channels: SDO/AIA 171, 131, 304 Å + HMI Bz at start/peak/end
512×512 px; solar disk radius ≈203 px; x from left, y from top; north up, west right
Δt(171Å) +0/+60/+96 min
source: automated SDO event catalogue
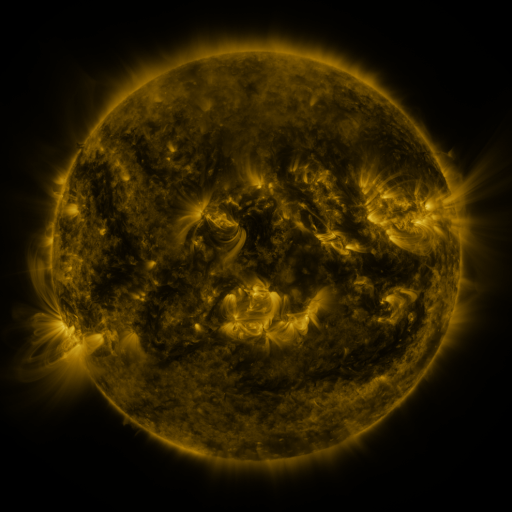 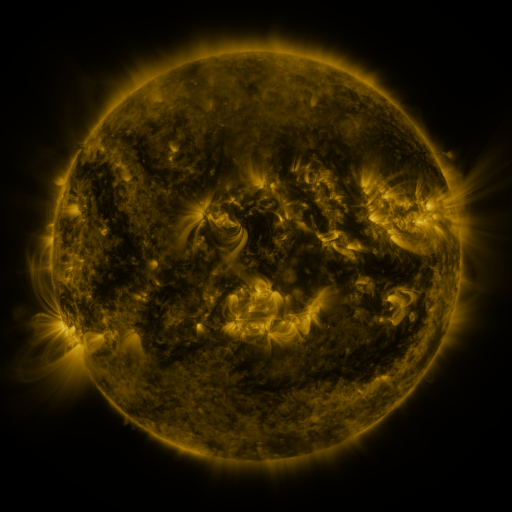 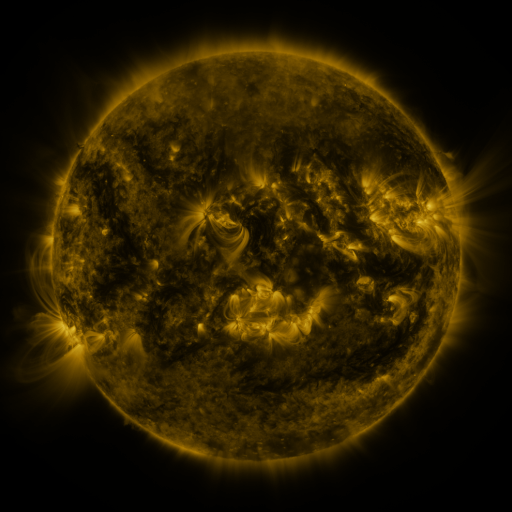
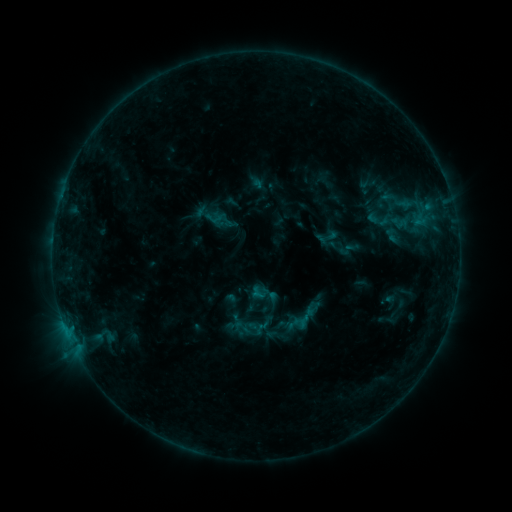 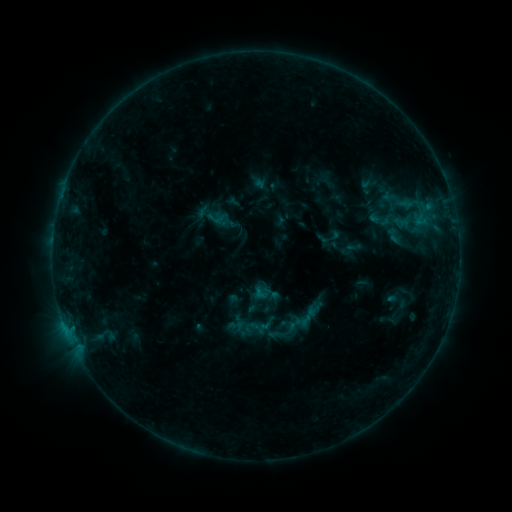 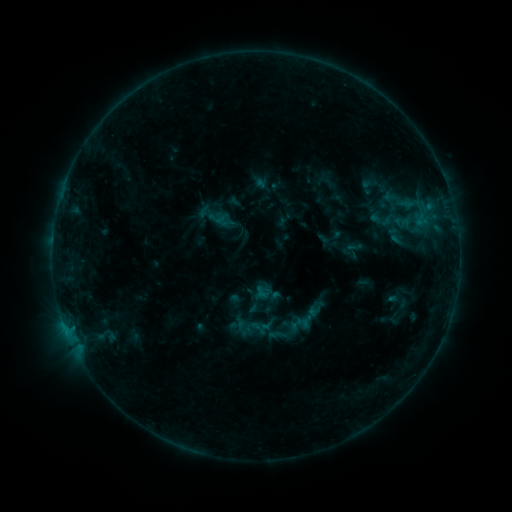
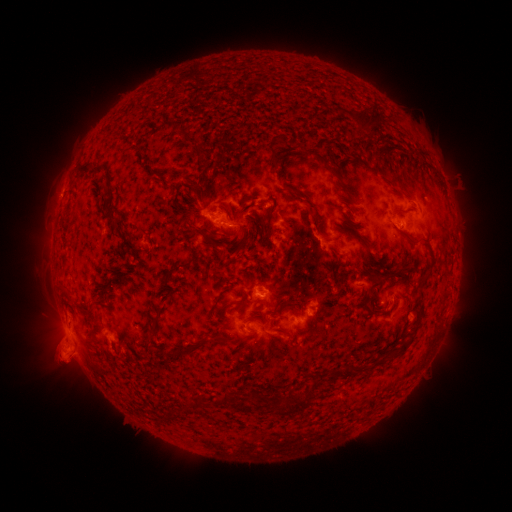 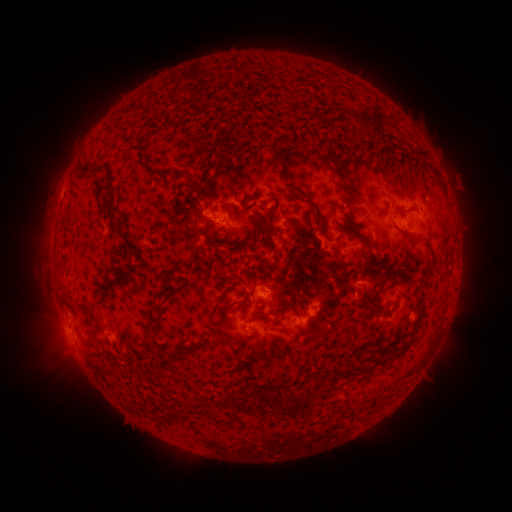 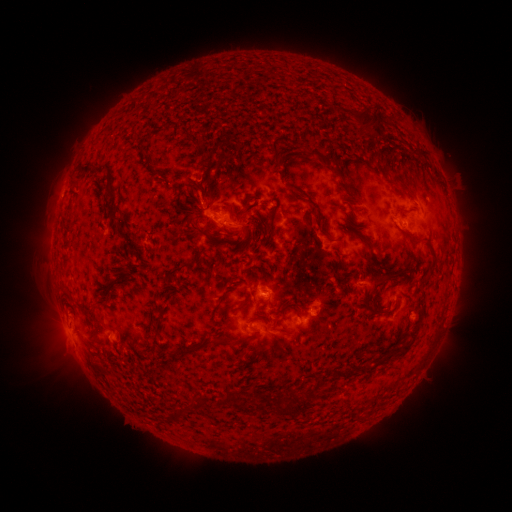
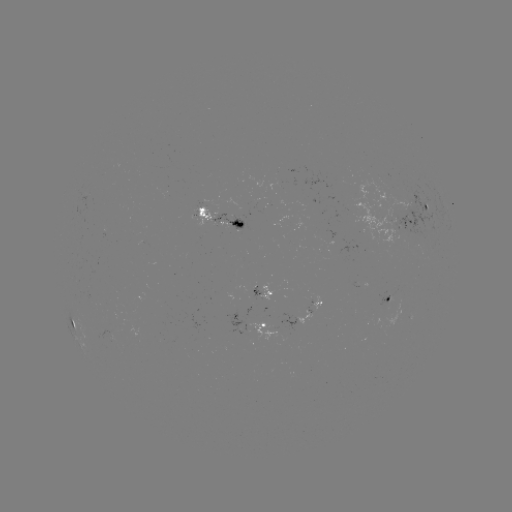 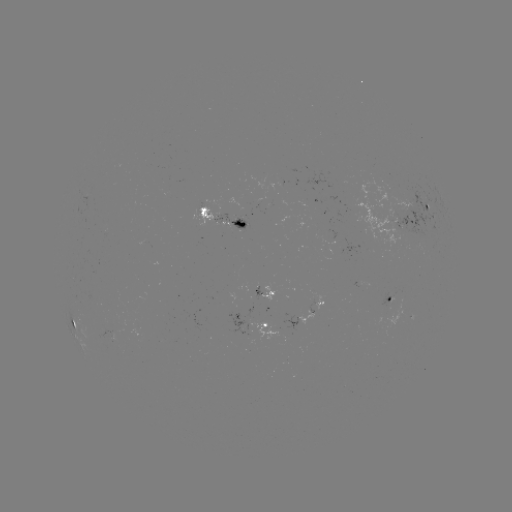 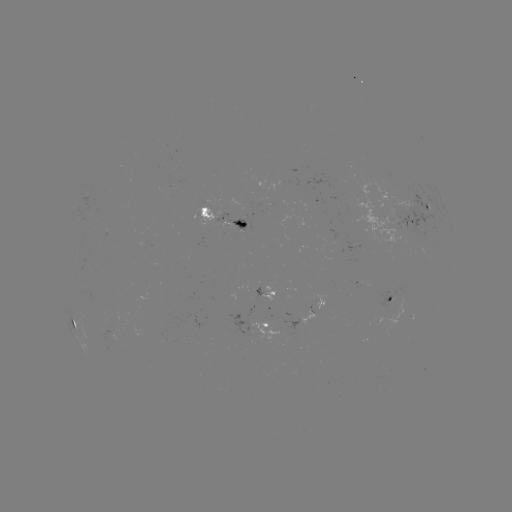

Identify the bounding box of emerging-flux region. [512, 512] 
[383, 286, 402, 331].